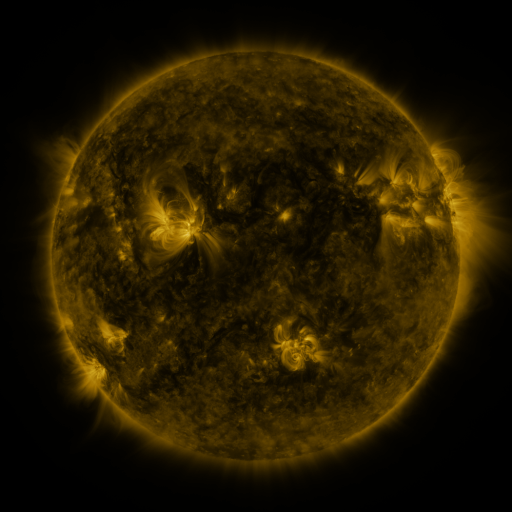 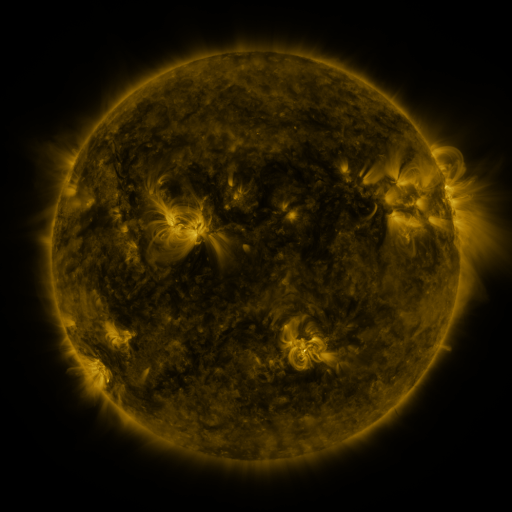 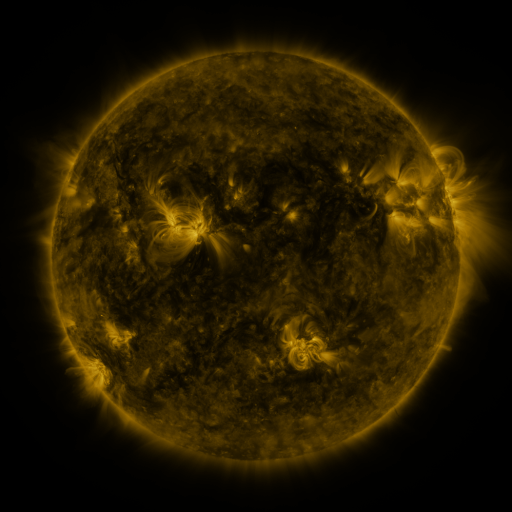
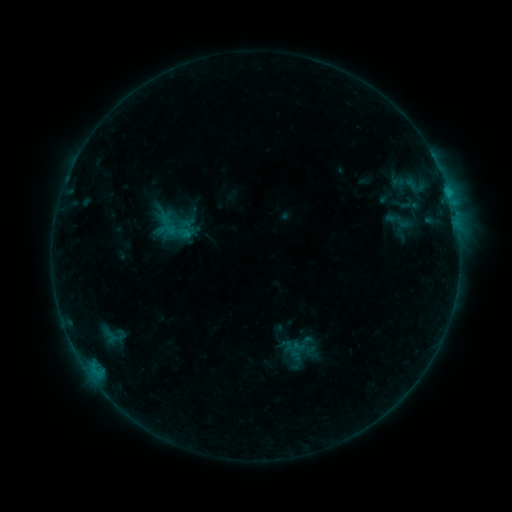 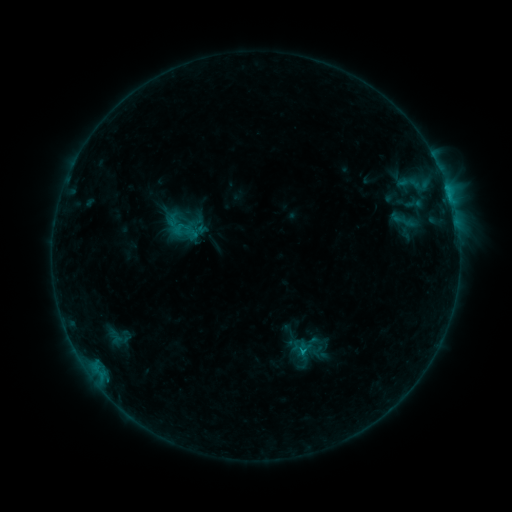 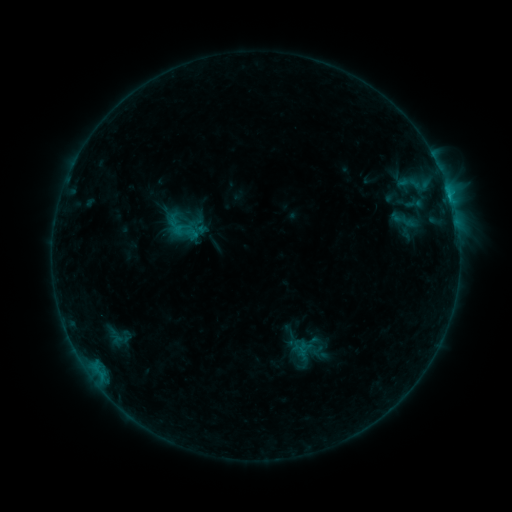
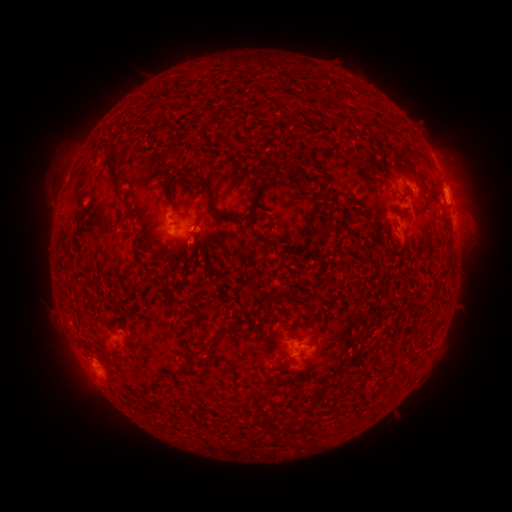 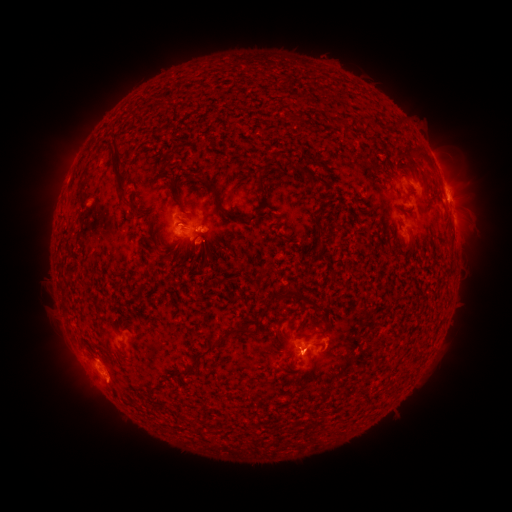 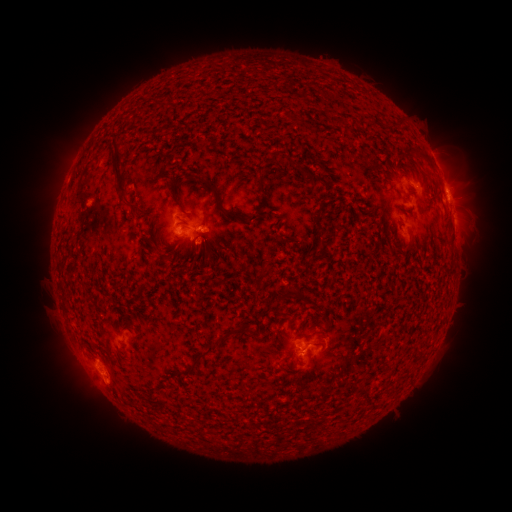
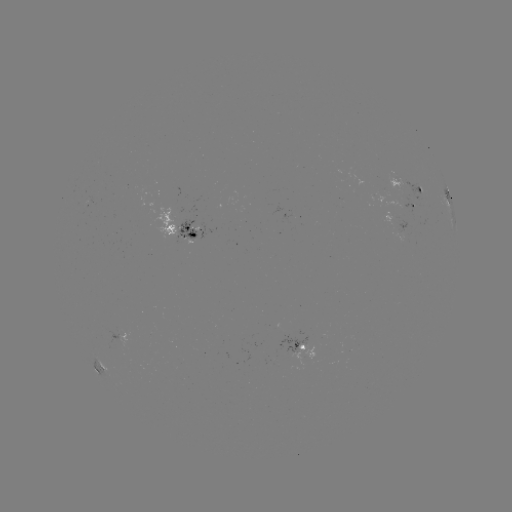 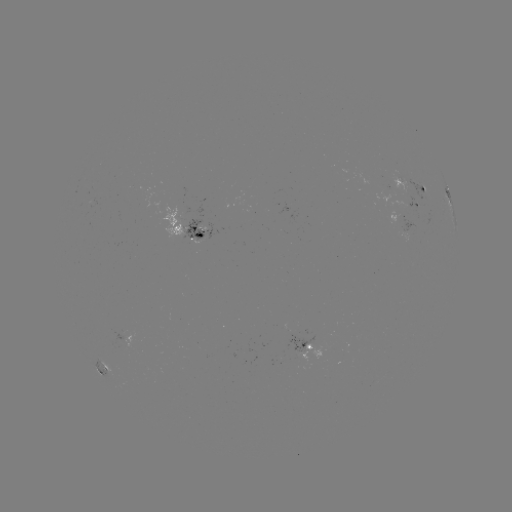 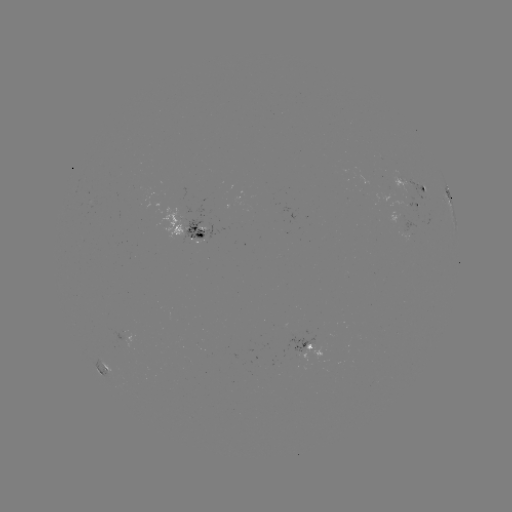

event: emerging-flux region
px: (193, 235)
